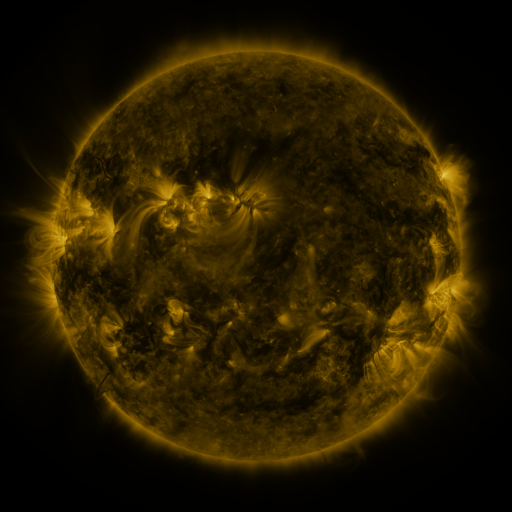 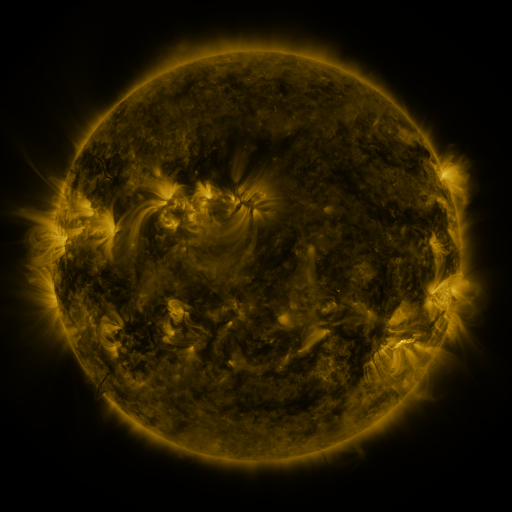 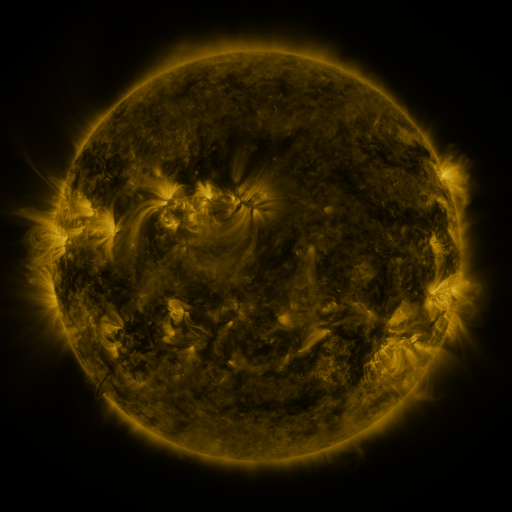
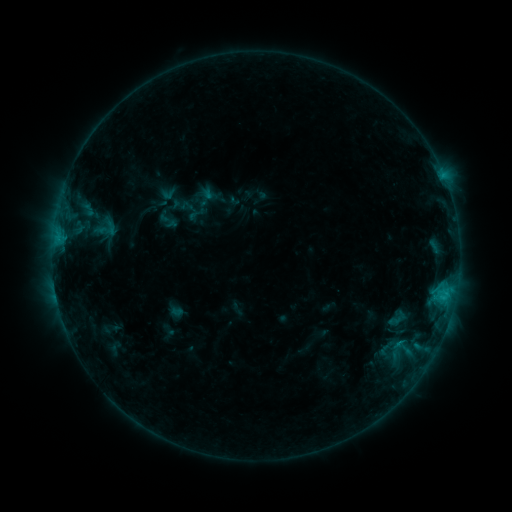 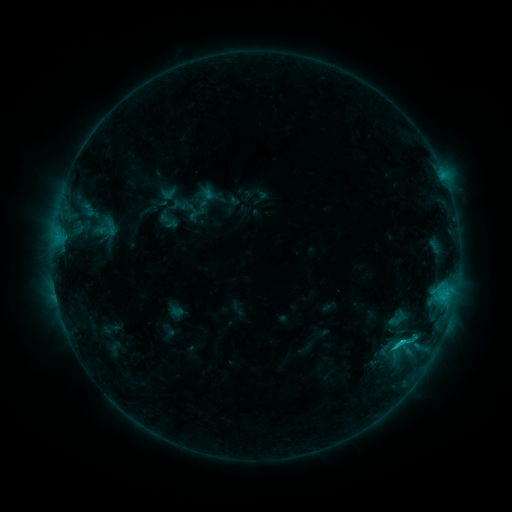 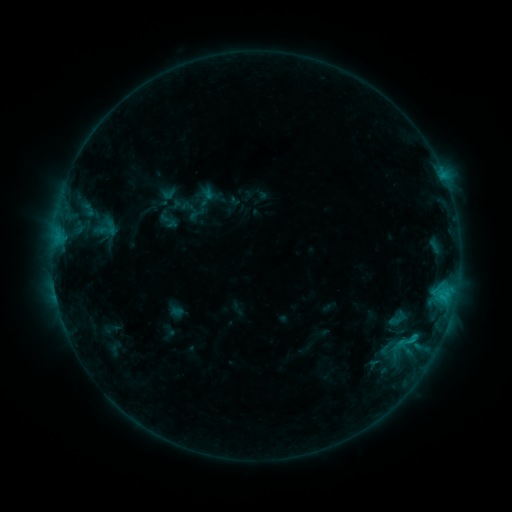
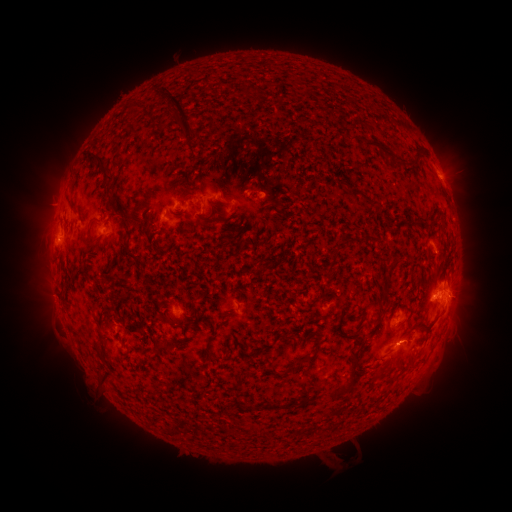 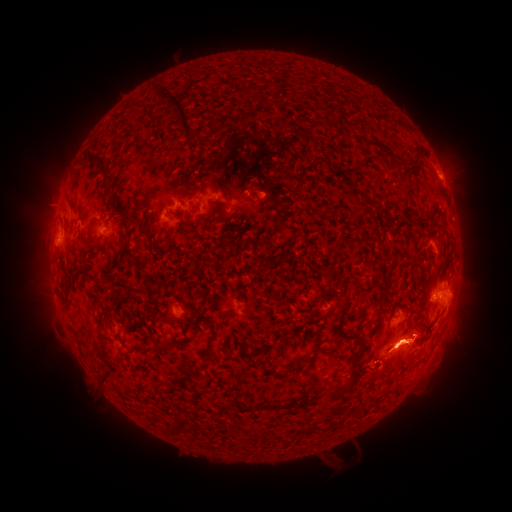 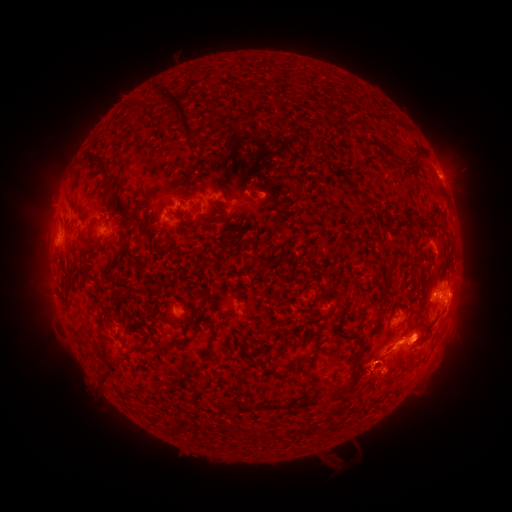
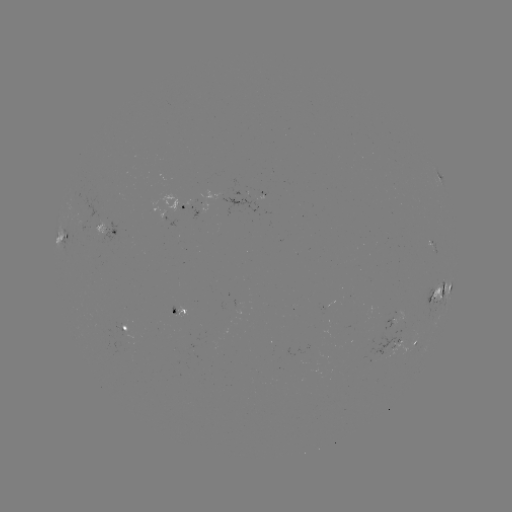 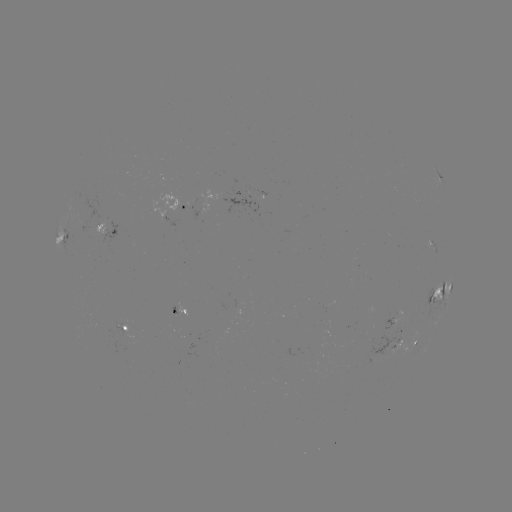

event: flare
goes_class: C1.6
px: (401, 340)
